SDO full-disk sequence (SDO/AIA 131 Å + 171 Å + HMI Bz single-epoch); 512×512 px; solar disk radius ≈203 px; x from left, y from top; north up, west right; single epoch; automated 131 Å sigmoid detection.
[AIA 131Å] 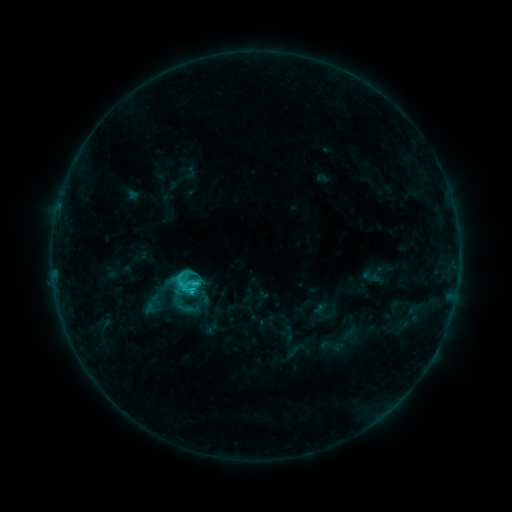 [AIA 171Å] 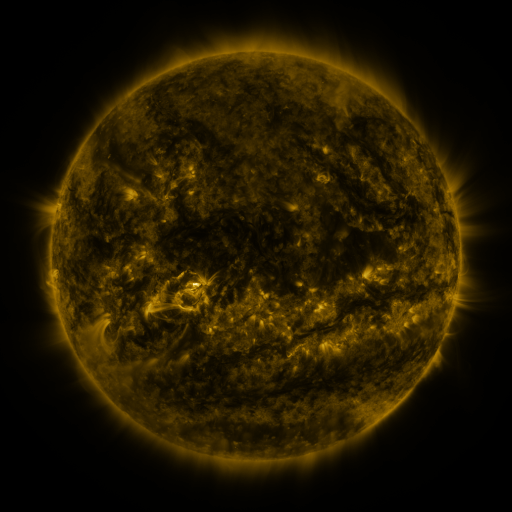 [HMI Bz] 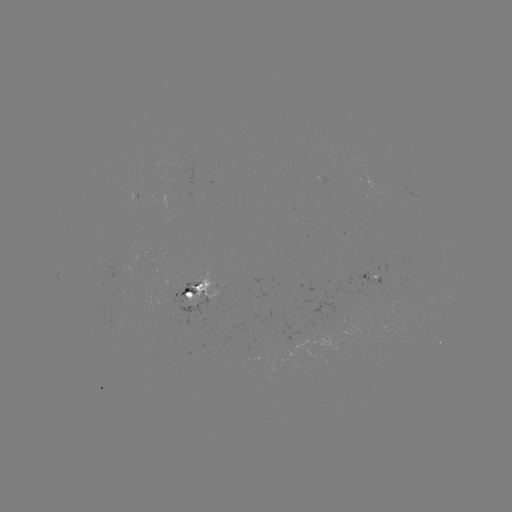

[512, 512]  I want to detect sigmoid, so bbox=[176, 277, 200, 297].